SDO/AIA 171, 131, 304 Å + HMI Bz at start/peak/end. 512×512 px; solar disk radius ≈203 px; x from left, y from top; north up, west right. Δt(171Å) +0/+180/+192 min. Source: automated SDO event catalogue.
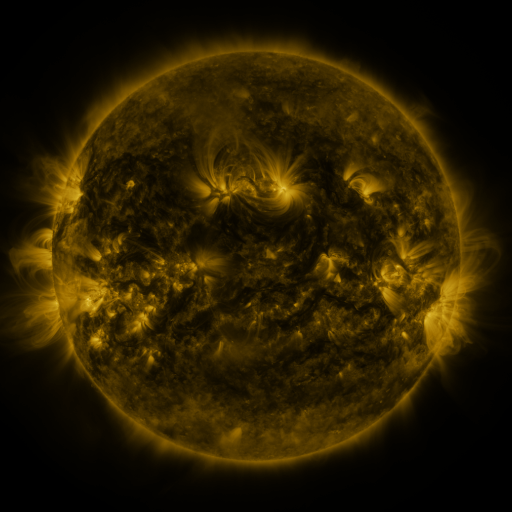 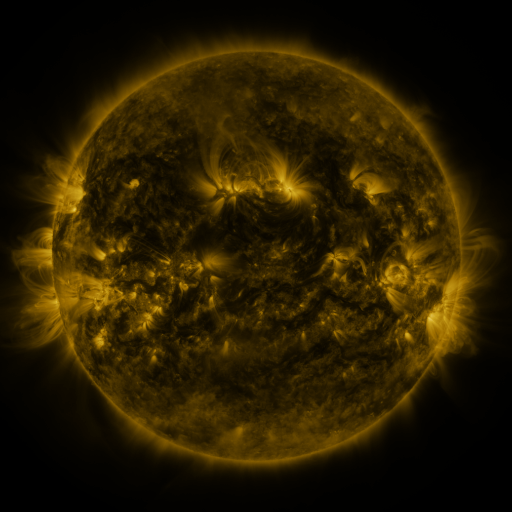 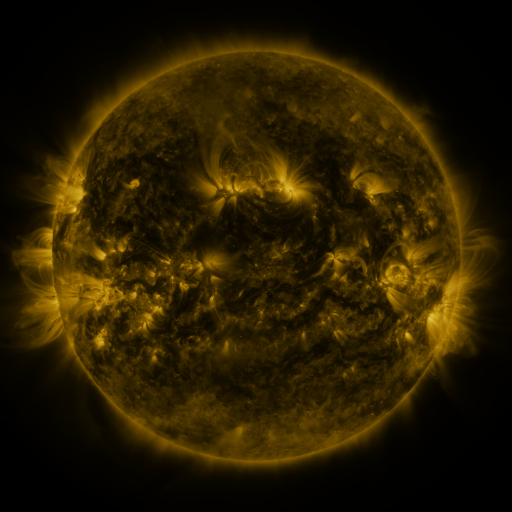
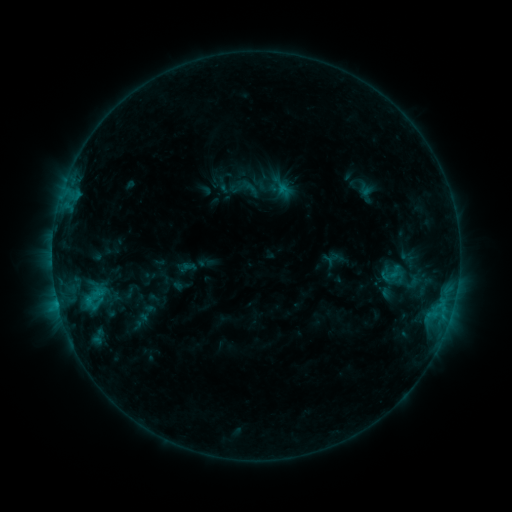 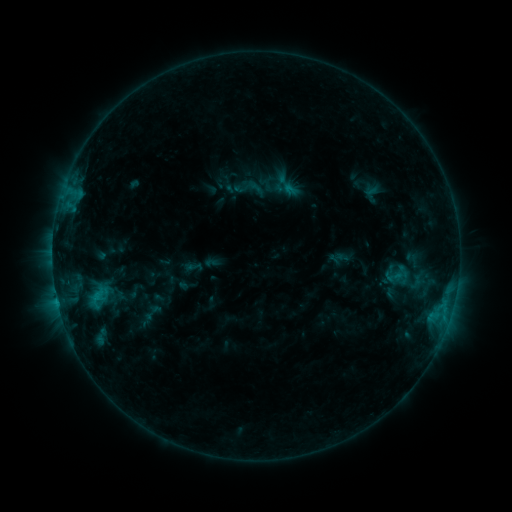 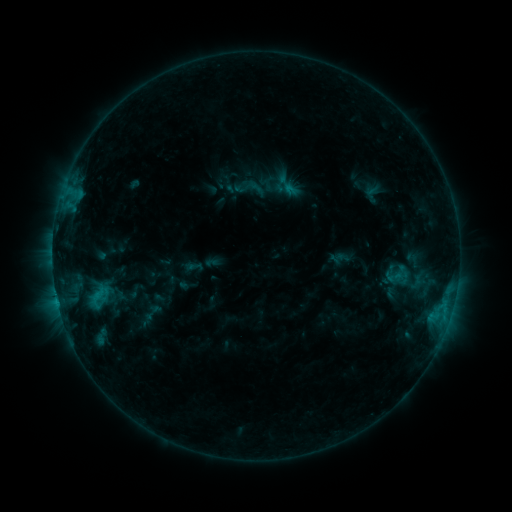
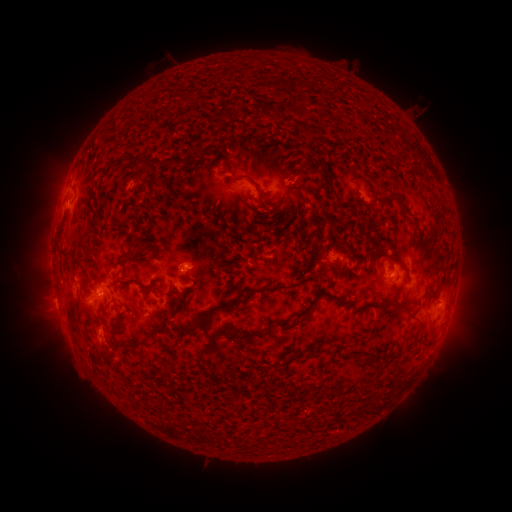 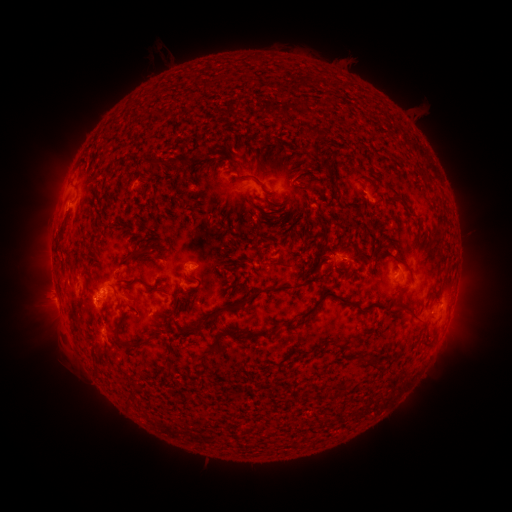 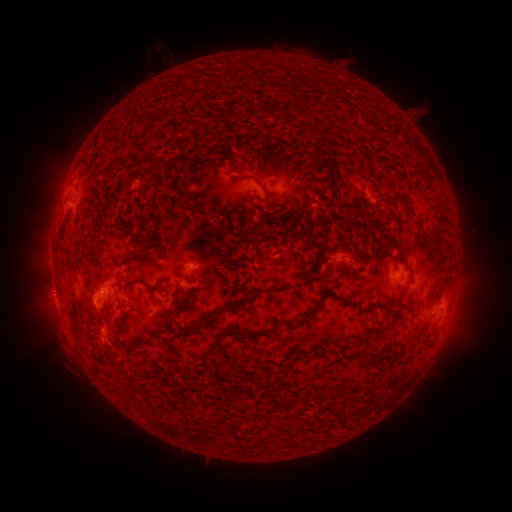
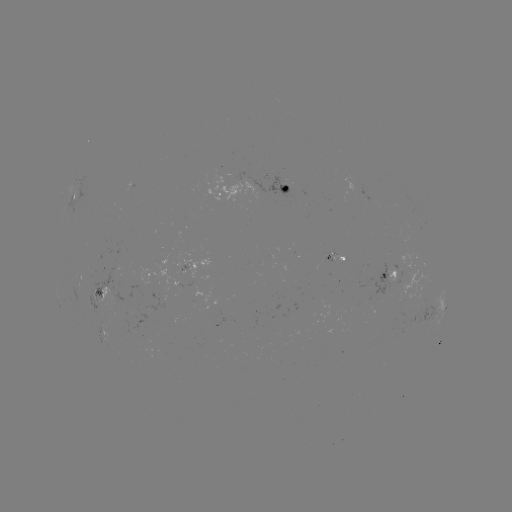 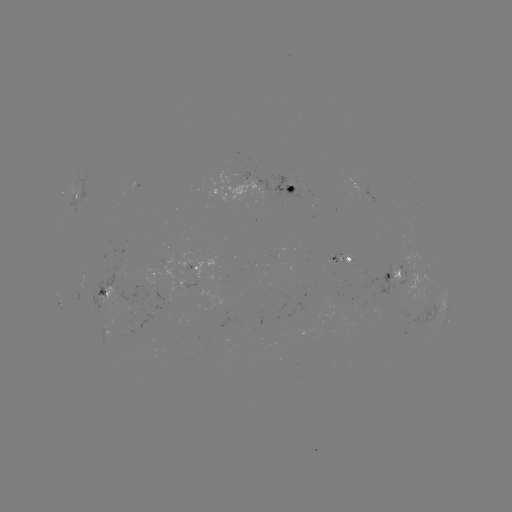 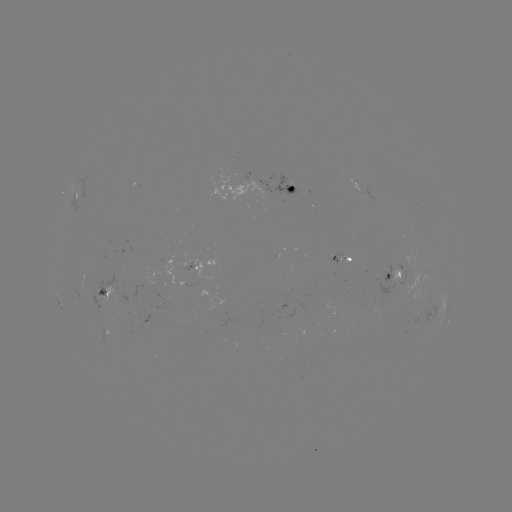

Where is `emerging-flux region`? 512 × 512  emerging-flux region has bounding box [207, 169, 270, 201].